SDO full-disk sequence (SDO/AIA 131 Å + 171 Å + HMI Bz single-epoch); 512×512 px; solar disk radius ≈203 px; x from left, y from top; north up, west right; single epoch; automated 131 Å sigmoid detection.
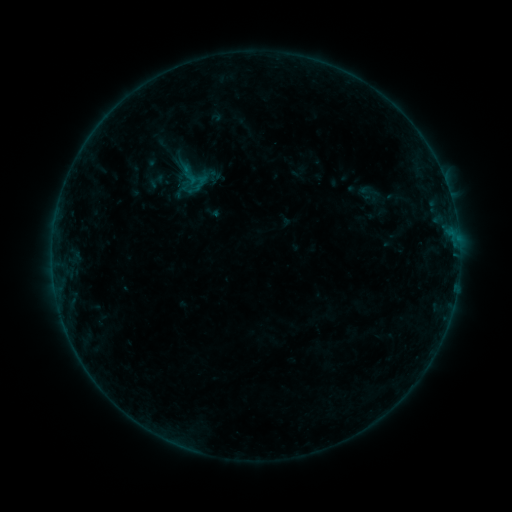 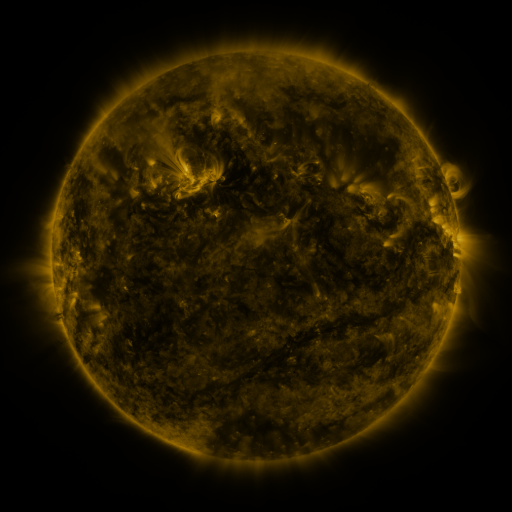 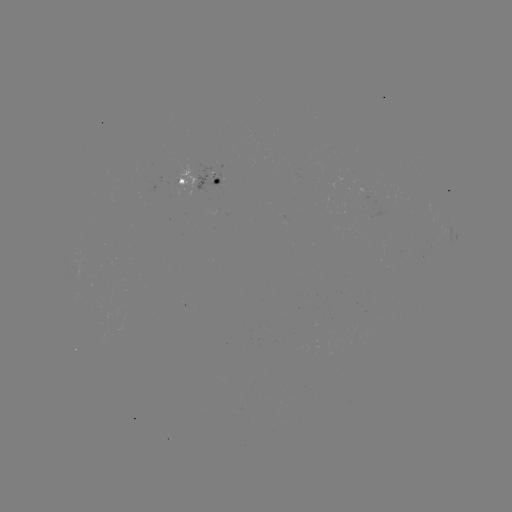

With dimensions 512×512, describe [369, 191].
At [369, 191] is sigmoid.